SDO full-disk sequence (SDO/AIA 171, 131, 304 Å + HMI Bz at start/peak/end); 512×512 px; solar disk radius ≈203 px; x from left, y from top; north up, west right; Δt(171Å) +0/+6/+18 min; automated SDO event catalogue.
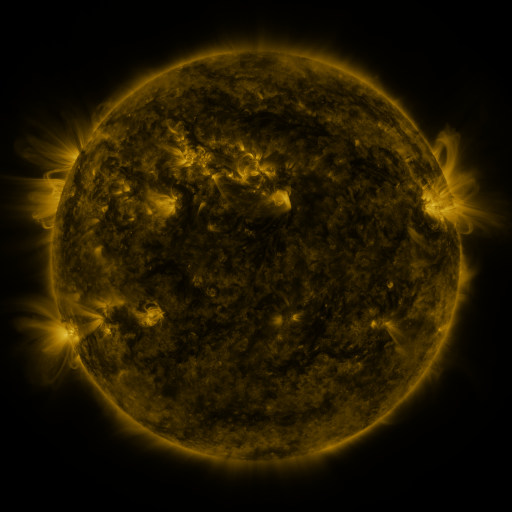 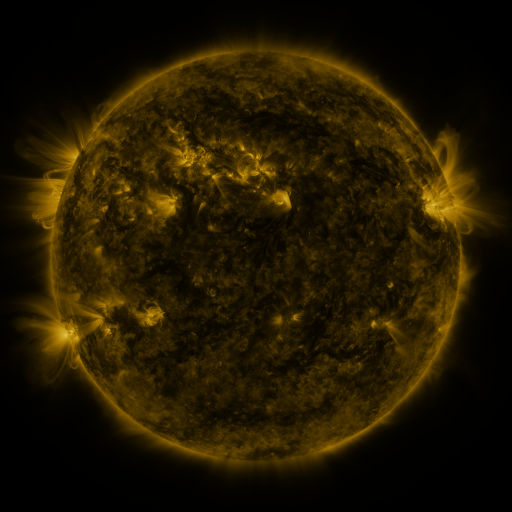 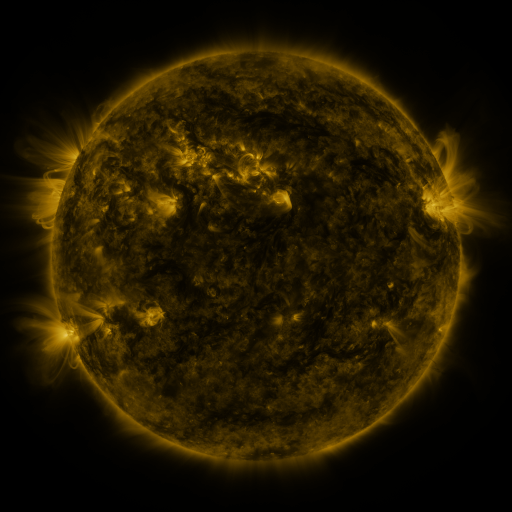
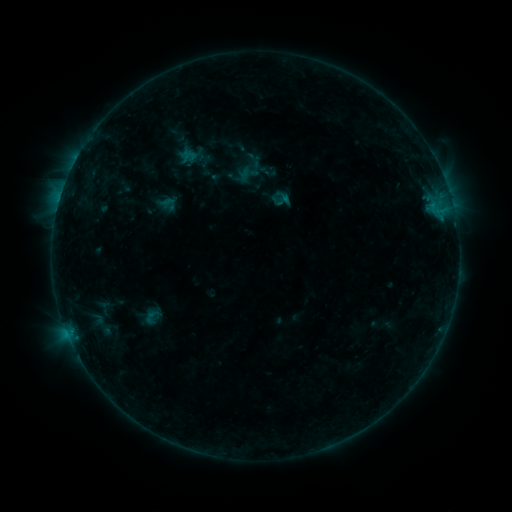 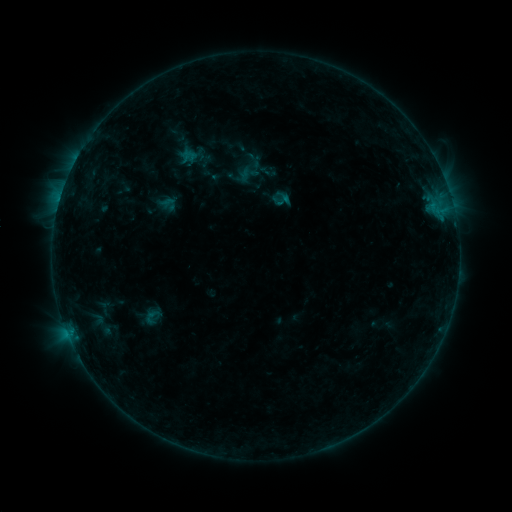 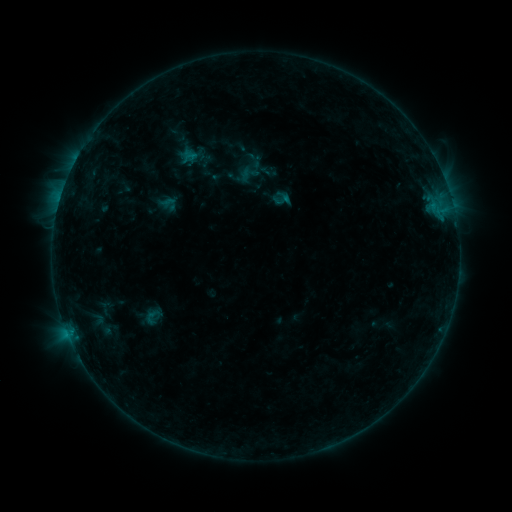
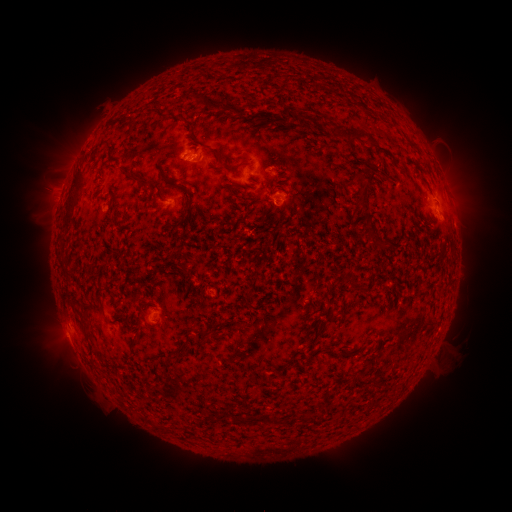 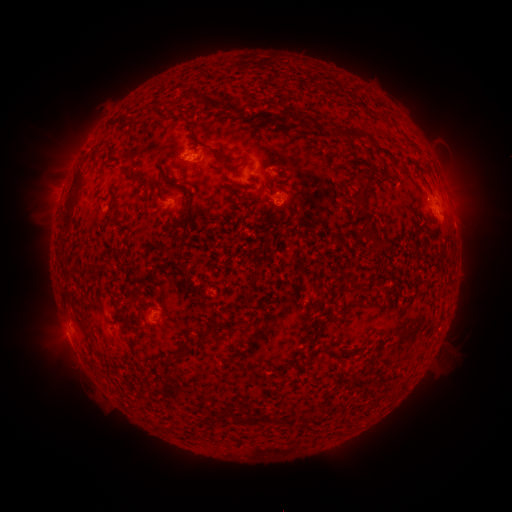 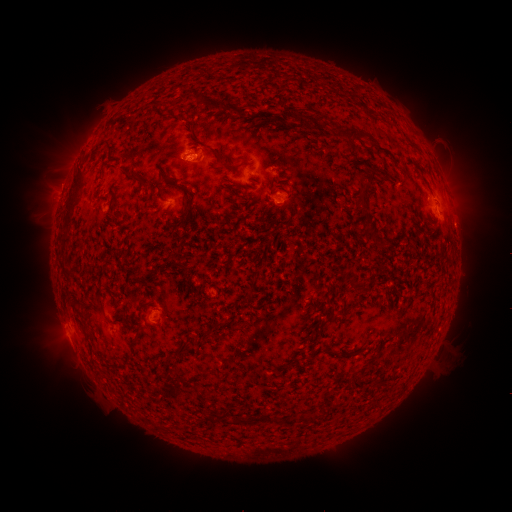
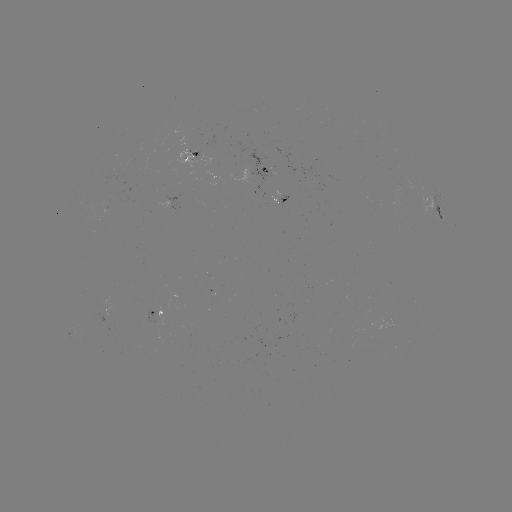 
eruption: (439, 162, 491, 230)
